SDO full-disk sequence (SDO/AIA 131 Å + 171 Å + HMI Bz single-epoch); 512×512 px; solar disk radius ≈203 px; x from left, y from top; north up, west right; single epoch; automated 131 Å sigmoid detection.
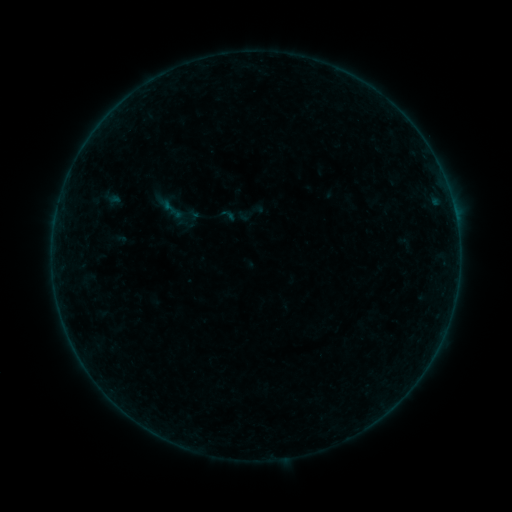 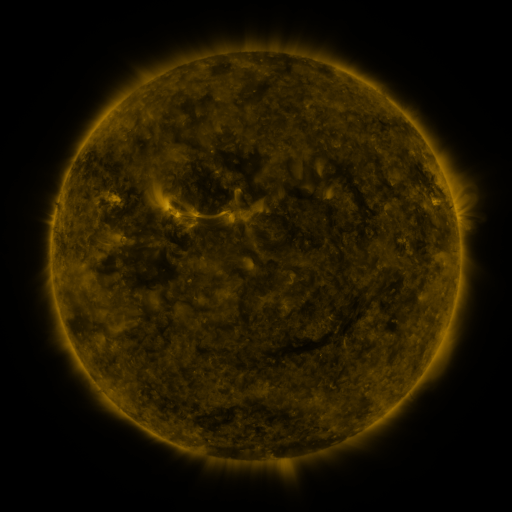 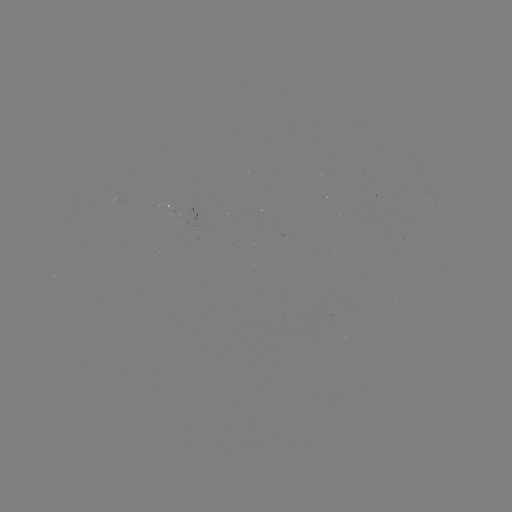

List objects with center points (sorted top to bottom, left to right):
sigmoid: (173, 210)
sigmoid: (227, 214)
